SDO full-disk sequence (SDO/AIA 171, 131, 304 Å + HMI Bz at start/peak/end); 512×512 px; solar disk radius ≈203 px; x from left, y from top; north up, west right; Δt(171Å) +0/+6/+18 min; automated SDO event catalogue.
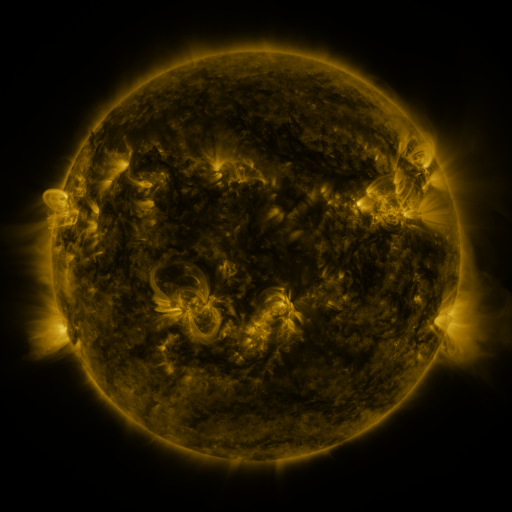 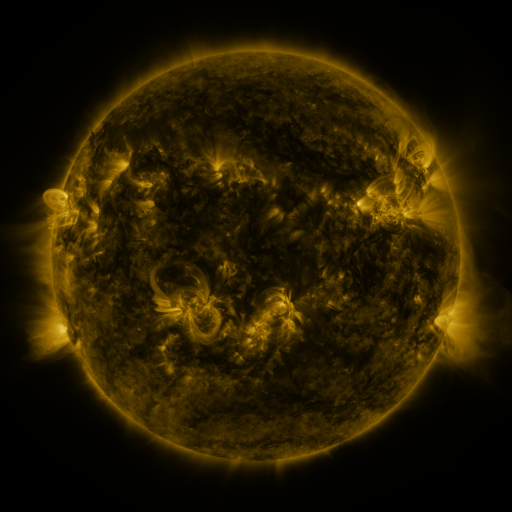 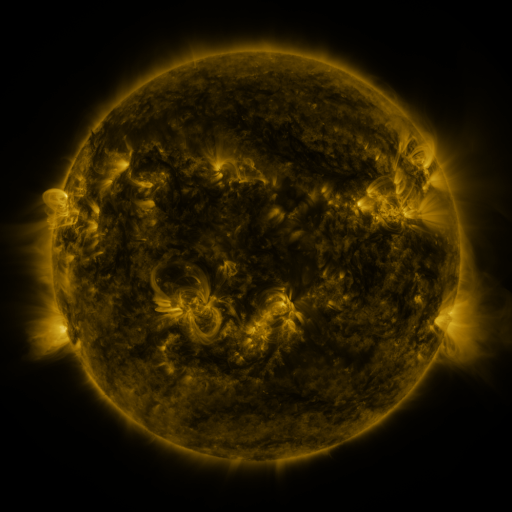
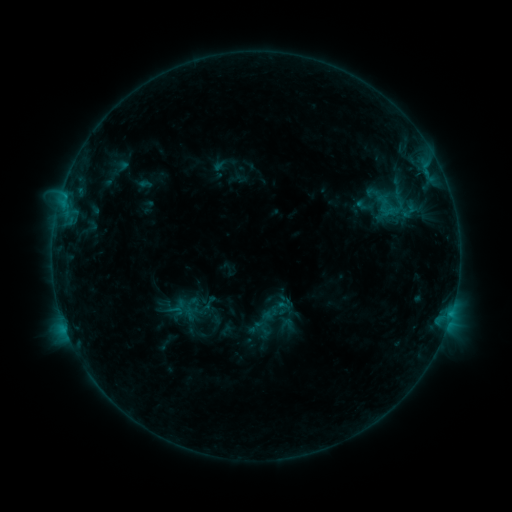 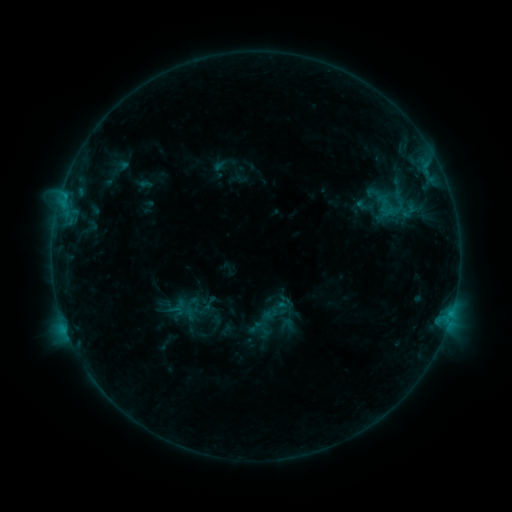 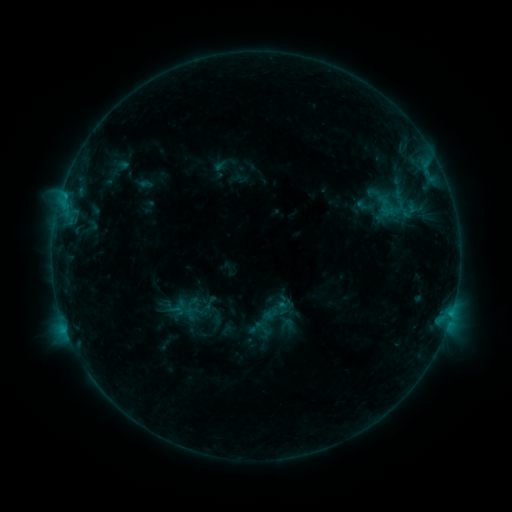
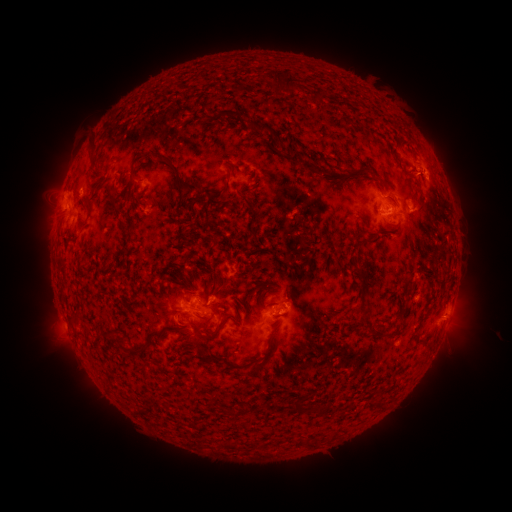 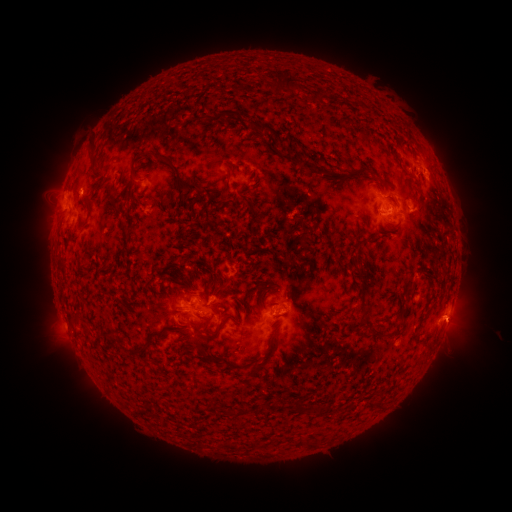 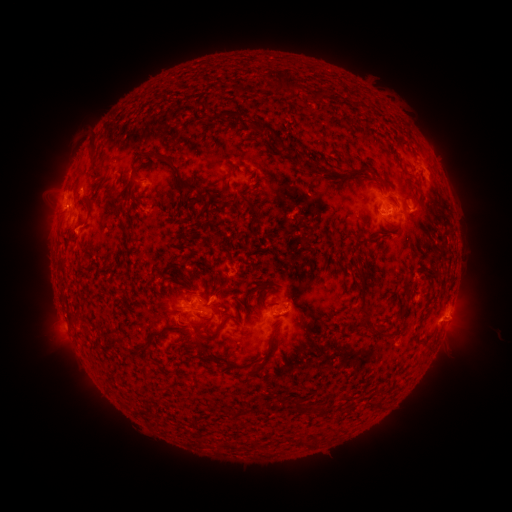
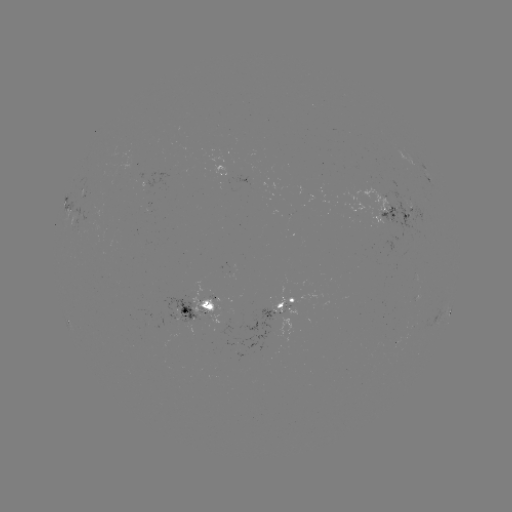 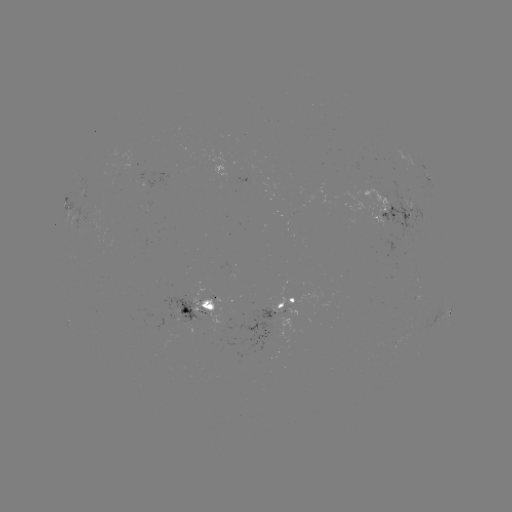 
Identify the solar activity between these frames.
eruption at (463, 320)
